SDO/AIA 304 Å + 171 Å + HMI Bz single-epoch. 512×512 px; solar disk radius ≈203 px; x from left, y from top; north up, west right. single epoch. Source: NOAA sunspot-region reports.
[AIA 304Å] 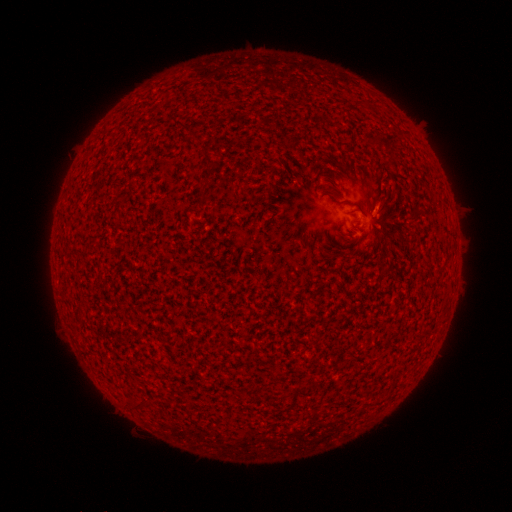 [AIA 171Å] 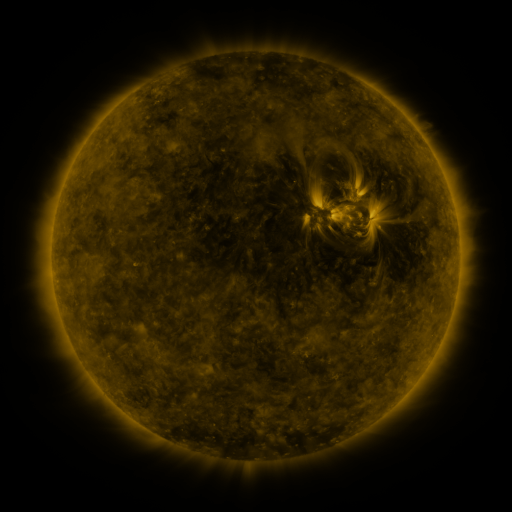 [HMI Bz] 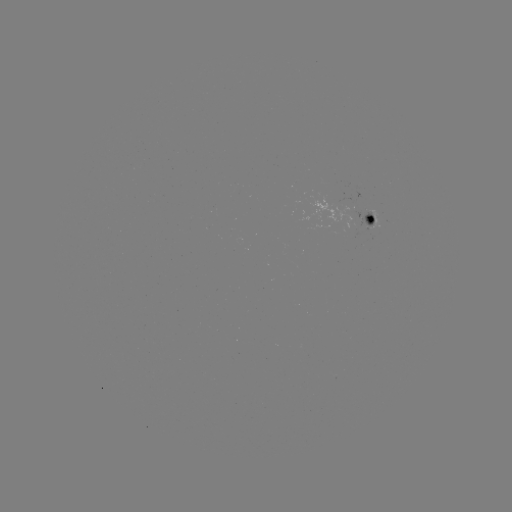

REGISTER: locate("spotted active region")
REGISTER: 369,218